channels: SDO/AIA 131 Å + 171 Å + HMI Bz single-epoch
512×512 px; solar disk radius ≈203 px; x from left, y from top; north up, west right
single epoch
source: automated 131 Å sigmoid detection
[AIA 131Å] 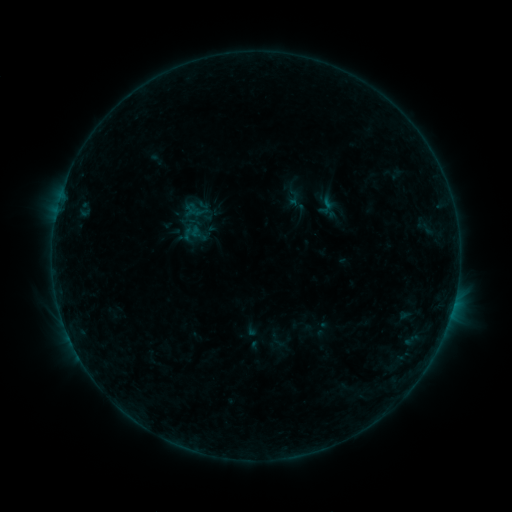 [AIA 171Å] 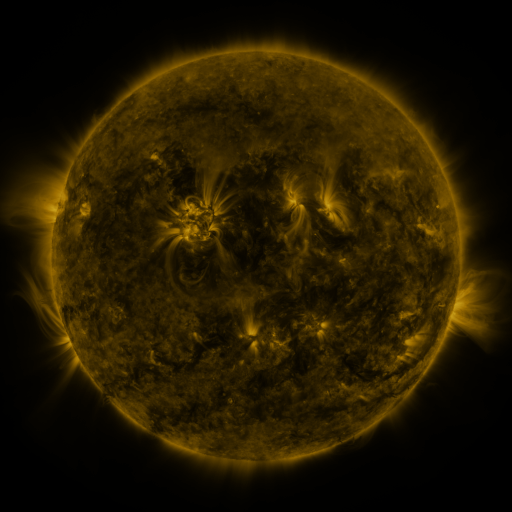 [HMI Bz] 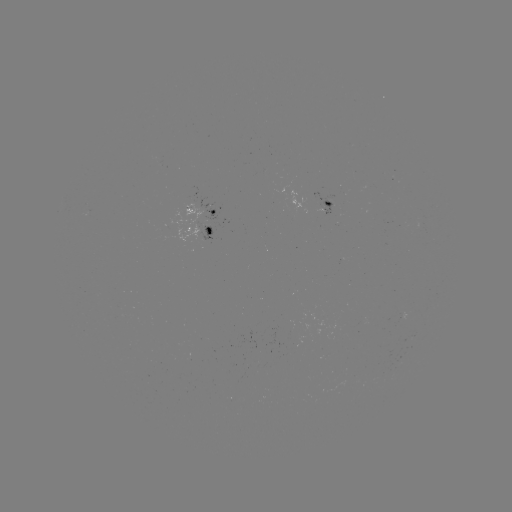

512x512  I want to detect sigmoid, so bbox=[312, 194, 339, 218].